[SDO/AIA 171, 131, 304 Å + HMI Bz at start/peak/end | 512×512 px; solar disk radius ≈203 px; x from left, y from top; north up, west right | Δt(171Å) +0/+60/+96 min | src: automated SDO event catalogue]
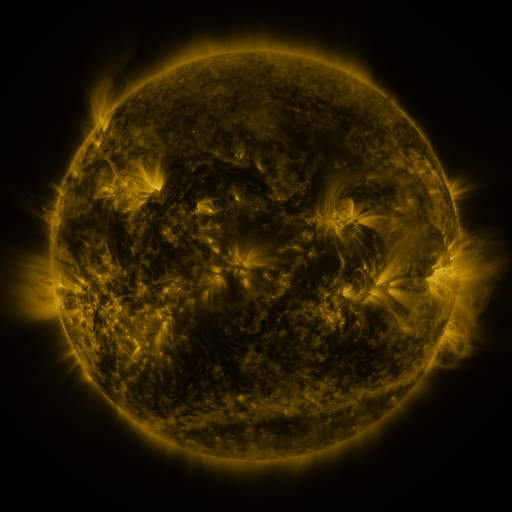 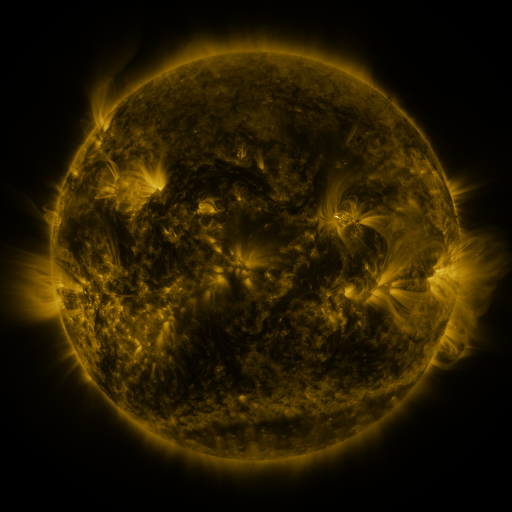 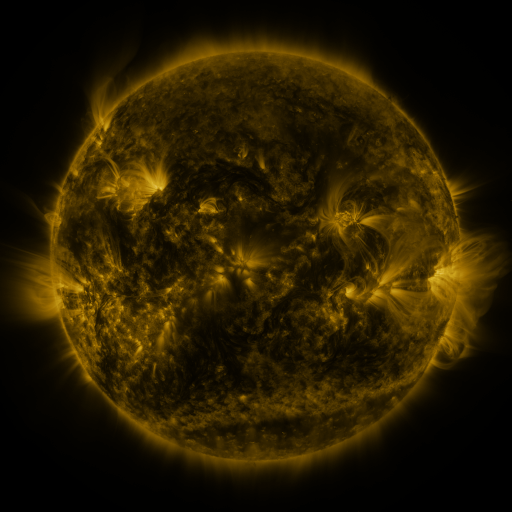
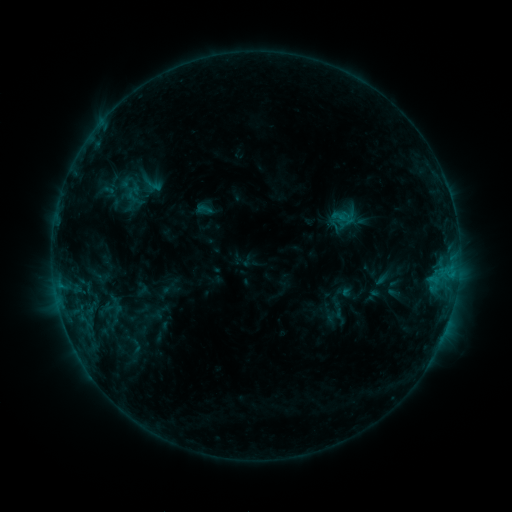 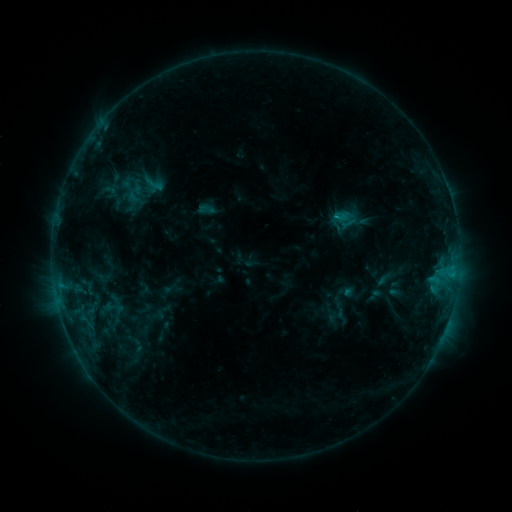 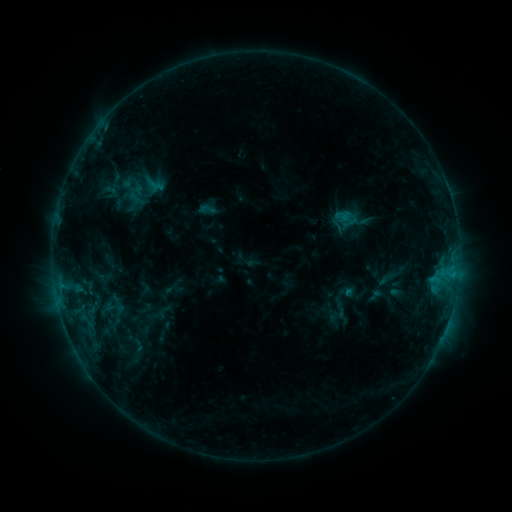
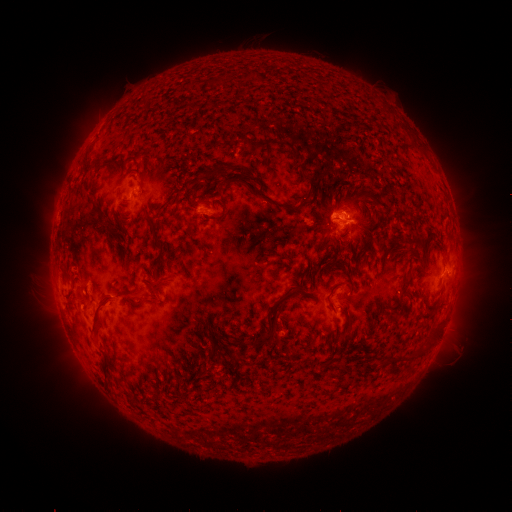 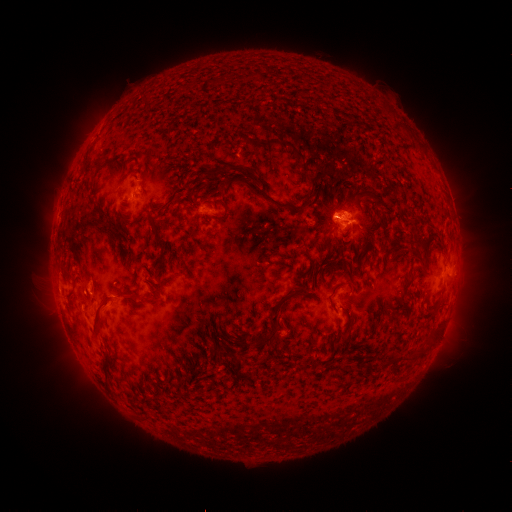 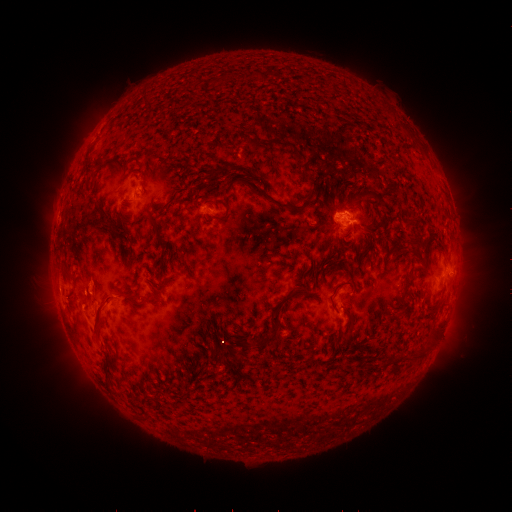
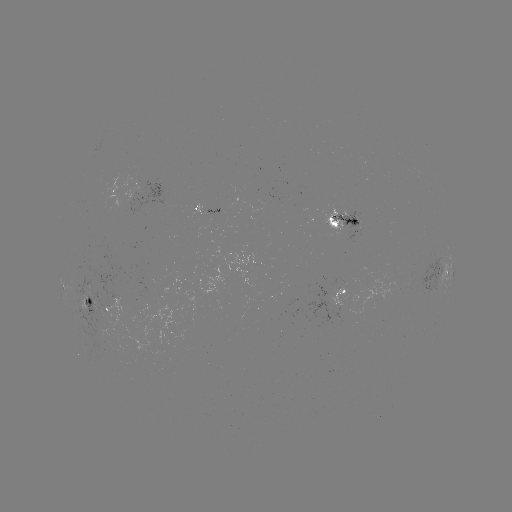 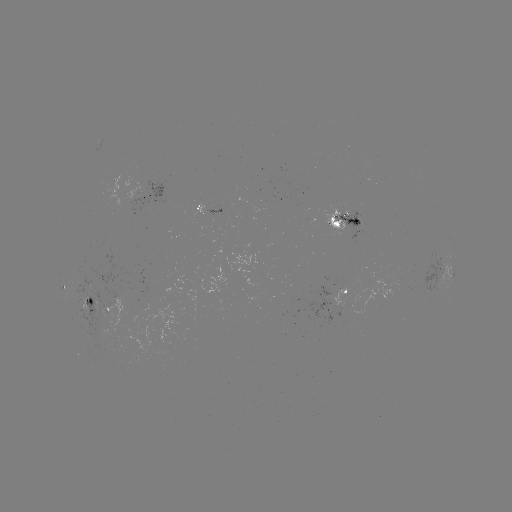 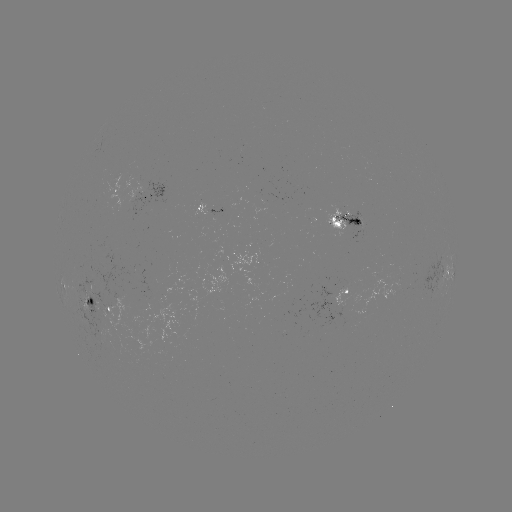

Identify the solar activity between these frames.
emerging-flux region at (98, 308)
